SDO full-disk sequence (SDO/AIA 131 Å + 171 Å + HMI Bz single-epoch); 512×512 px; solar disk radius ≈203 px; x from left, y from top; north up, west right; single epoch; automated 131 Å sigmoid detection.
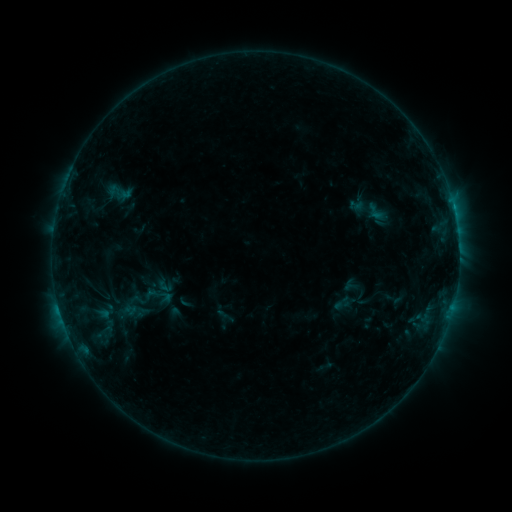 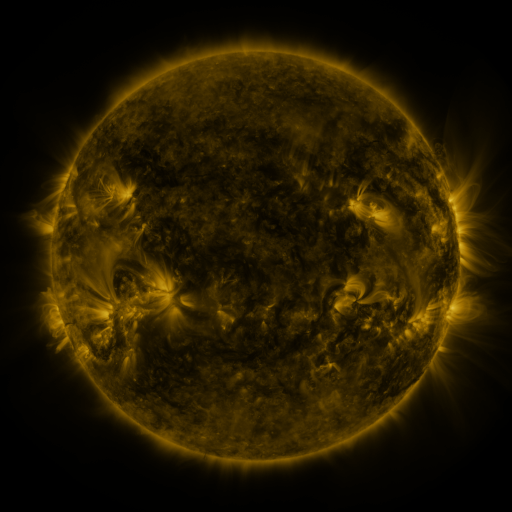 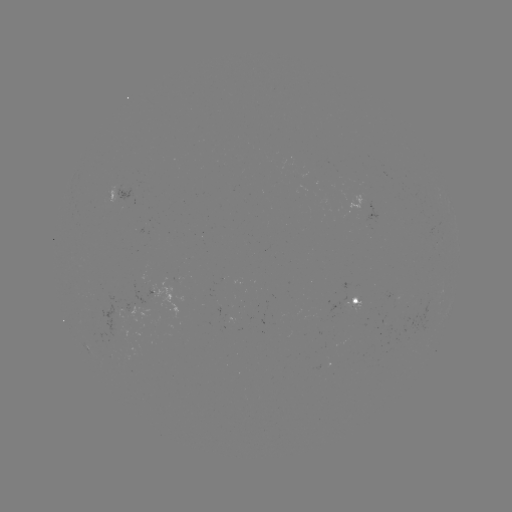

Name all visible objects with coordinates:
sigmoid: (376, 211)
sigmoid: (138, 300)
